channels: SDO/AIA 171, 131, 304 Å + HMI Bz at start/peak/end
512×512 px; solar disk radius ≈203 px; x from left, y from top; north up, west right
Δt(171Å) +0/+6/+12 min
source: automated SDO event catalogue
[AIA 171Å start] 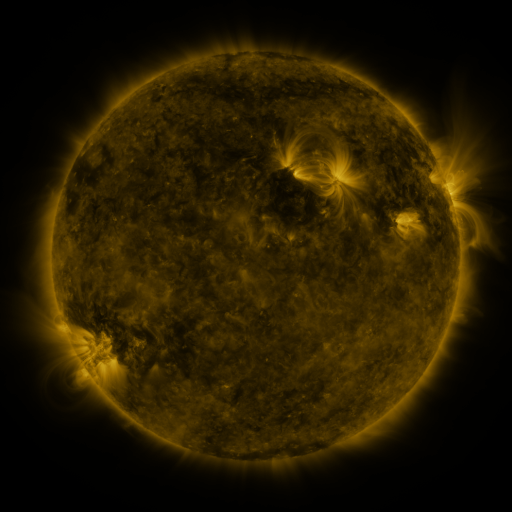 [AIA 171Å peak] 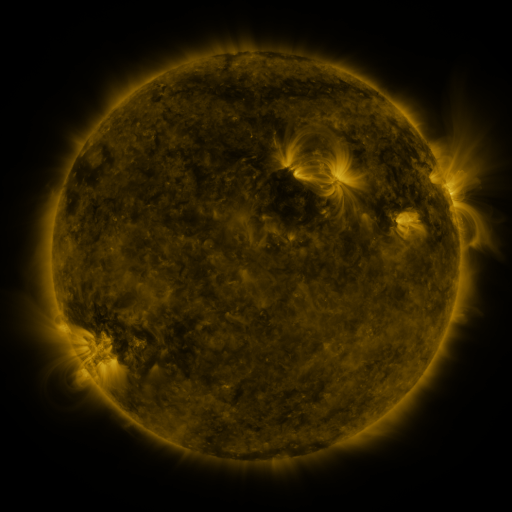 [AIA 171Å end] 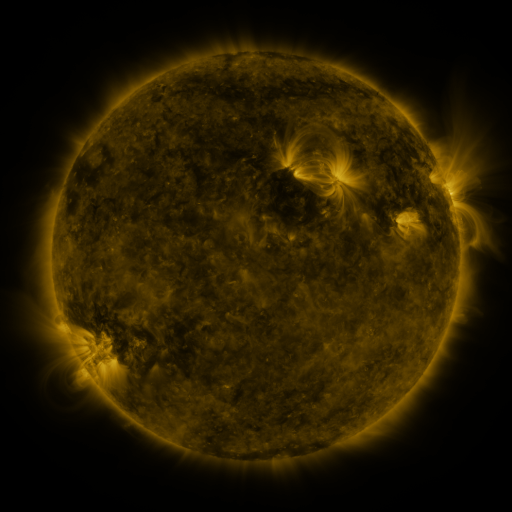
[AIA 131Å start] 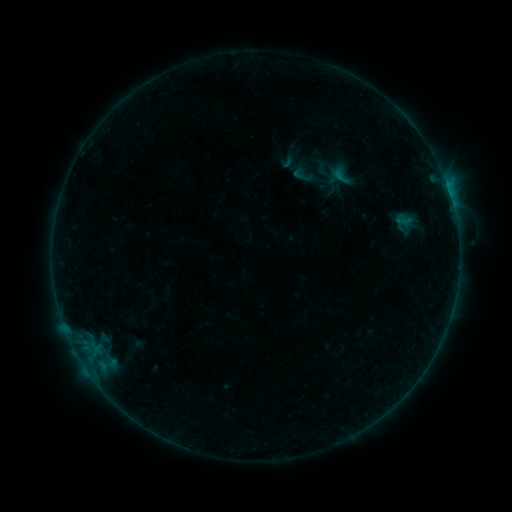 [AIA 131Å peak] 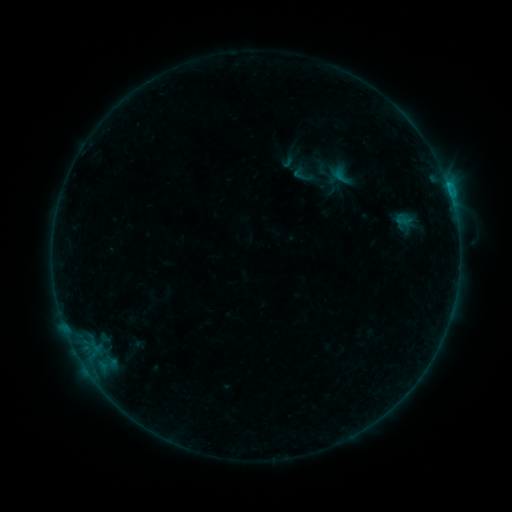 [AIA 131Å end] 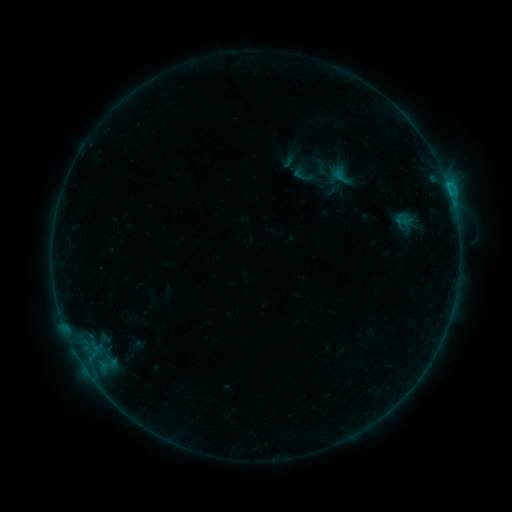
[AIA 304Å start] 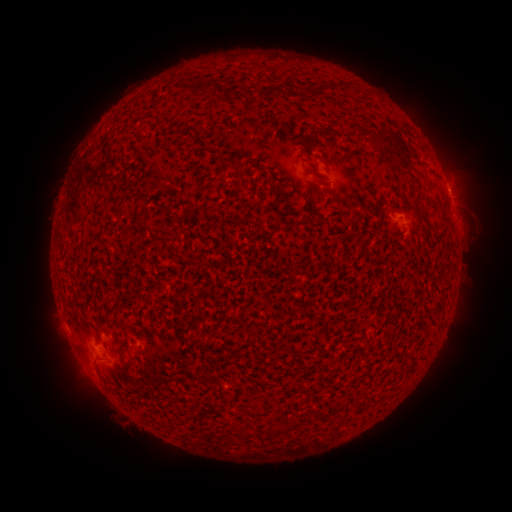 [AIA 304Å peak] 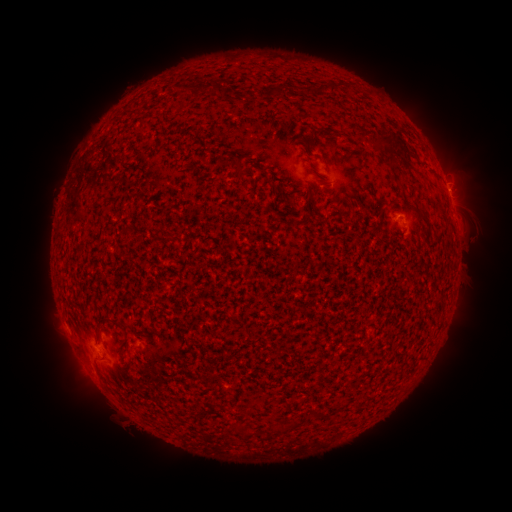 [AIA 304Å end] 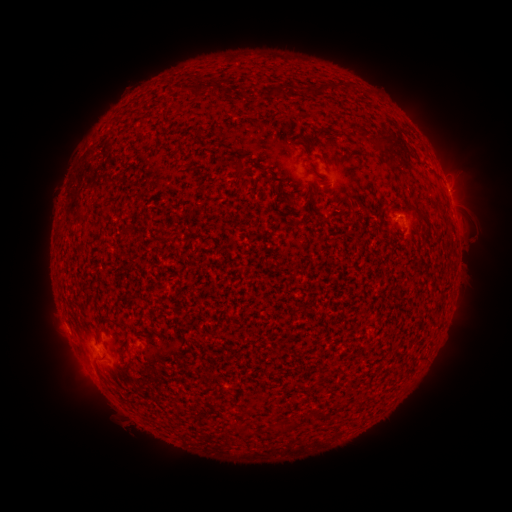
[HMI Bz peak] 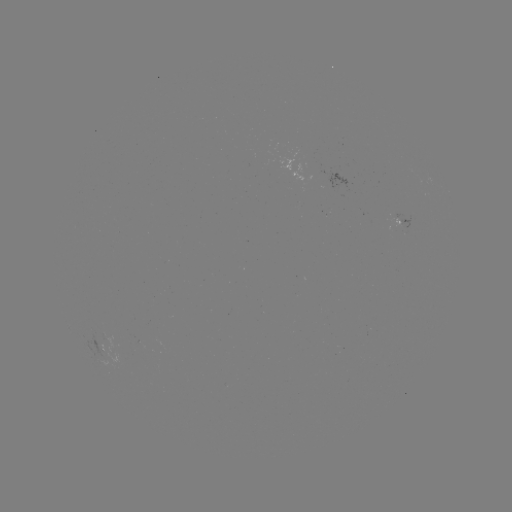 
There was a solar flare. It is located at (84, 364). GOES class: B5.1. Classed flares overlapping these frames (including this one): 1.